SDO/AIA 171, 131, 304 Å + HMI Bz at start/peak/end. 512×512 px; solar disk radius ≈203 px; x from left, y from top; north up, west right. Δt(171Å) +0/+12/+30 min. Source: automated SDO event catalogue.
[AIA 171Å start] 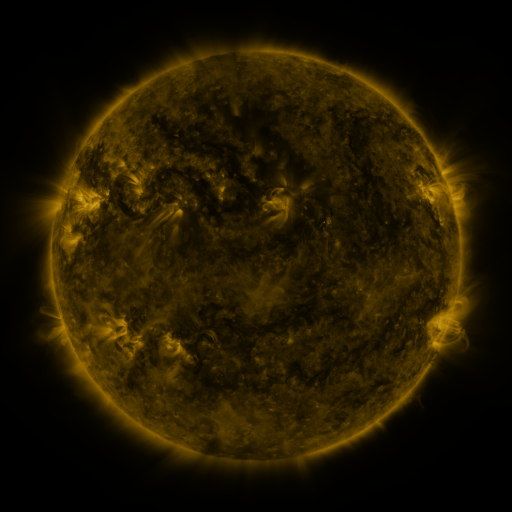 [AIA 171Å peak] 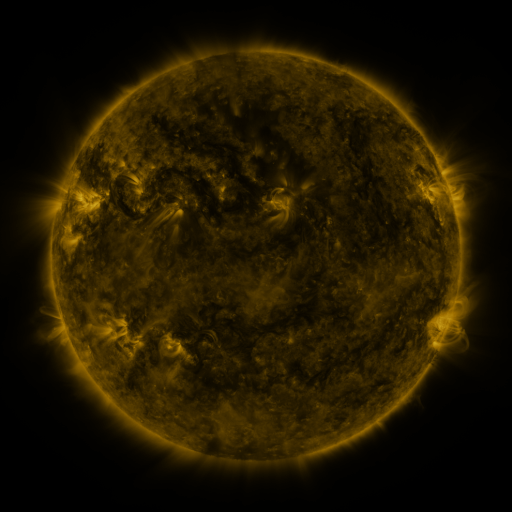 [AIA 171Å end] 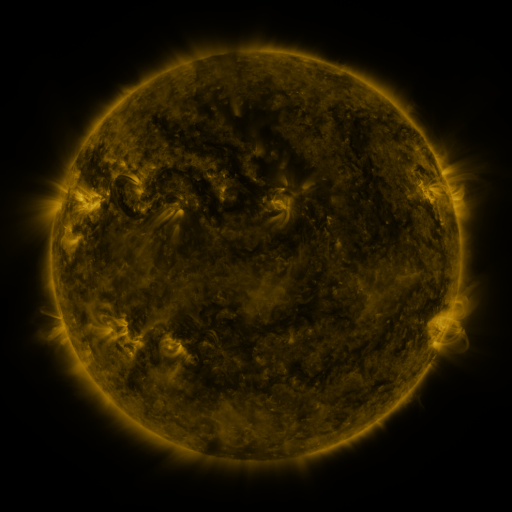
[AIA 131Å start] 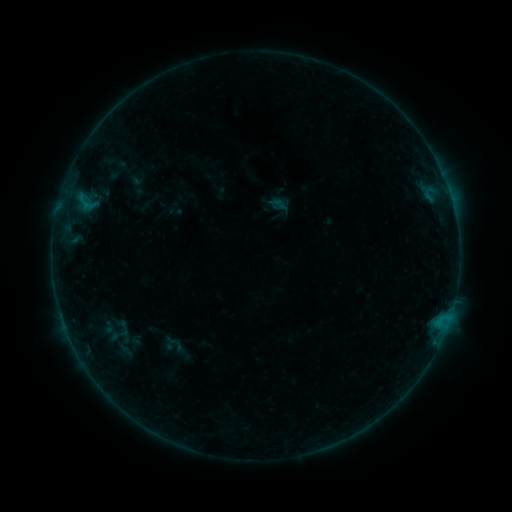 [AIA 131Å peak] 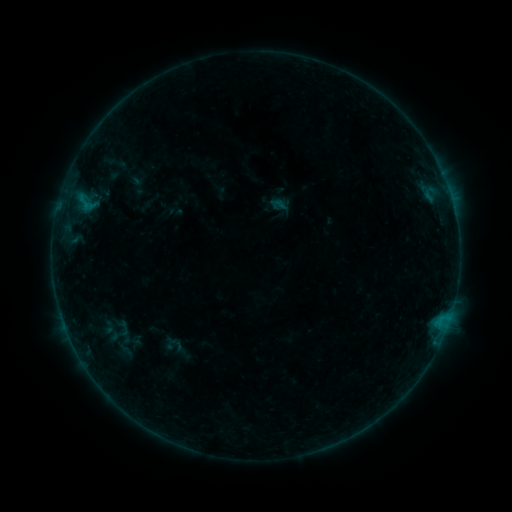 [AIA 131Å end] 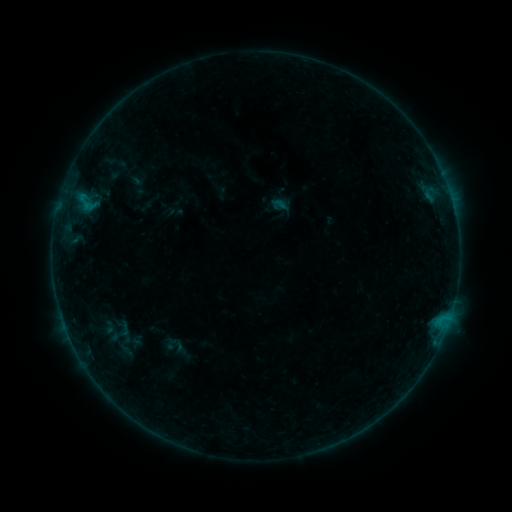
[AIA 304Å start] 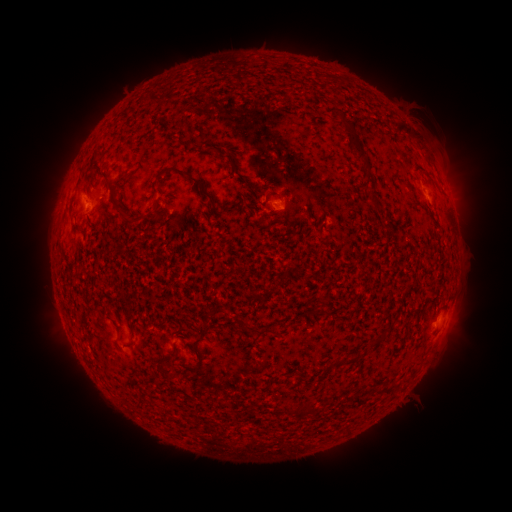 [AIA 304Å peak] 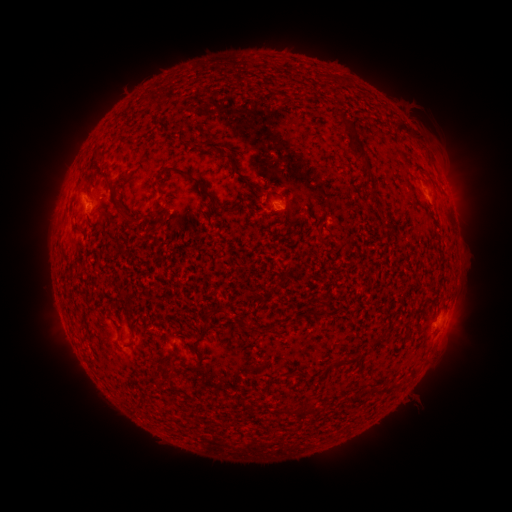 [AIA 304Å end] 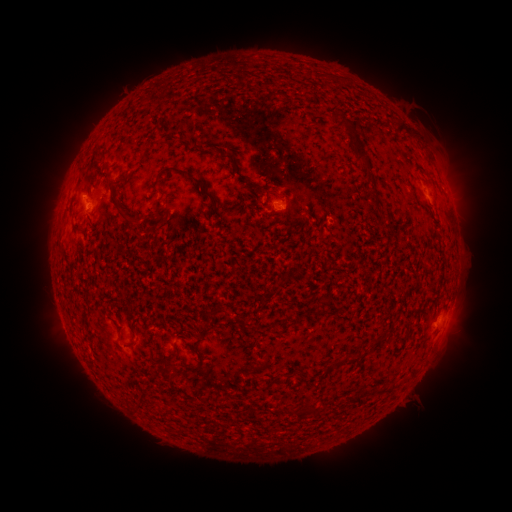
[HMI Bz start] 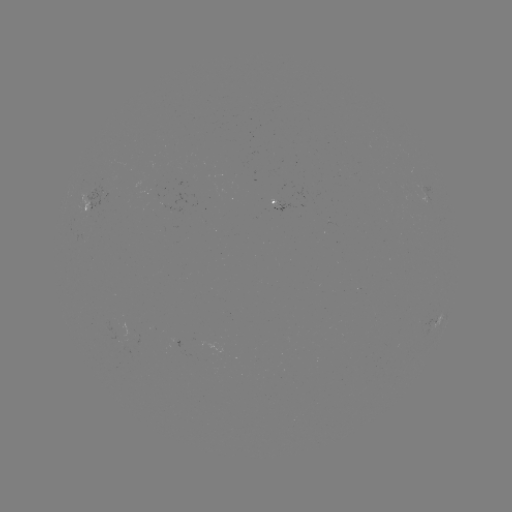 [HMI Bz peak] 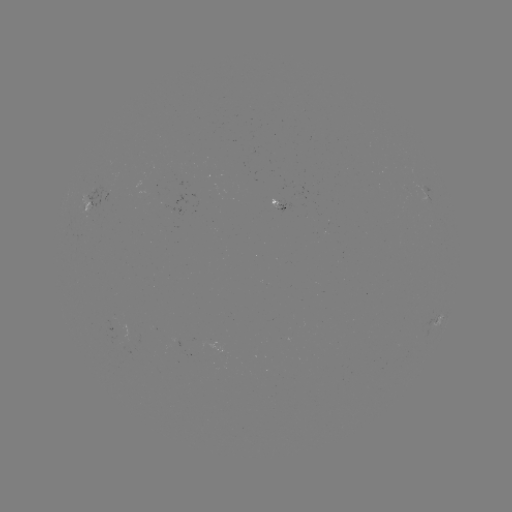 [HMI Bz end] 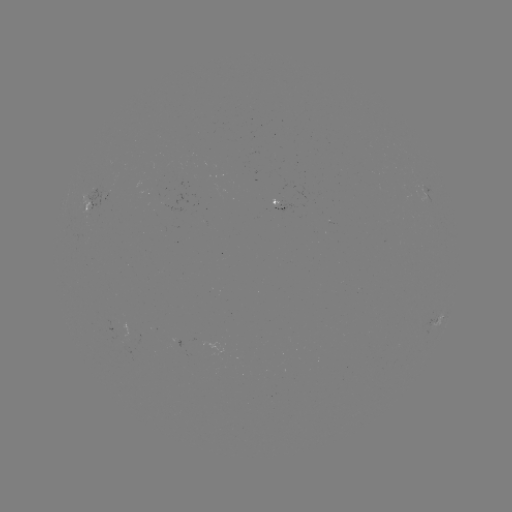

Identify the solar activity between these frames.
no flare in any classed list; no EUV-trigger detection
